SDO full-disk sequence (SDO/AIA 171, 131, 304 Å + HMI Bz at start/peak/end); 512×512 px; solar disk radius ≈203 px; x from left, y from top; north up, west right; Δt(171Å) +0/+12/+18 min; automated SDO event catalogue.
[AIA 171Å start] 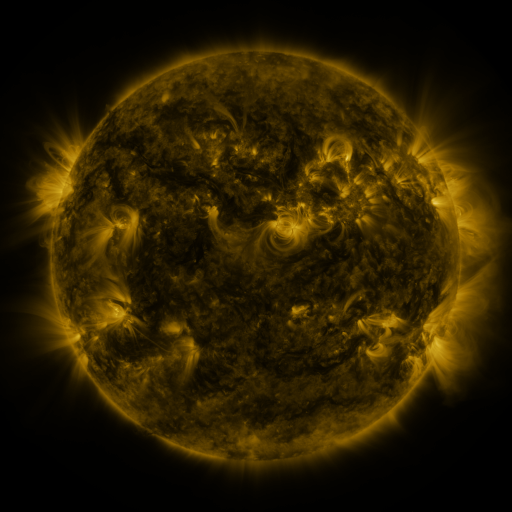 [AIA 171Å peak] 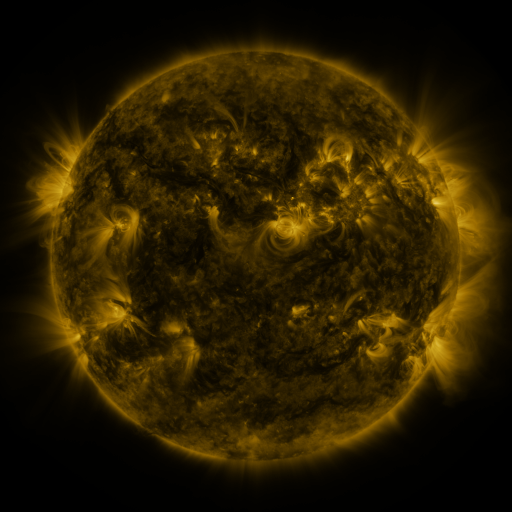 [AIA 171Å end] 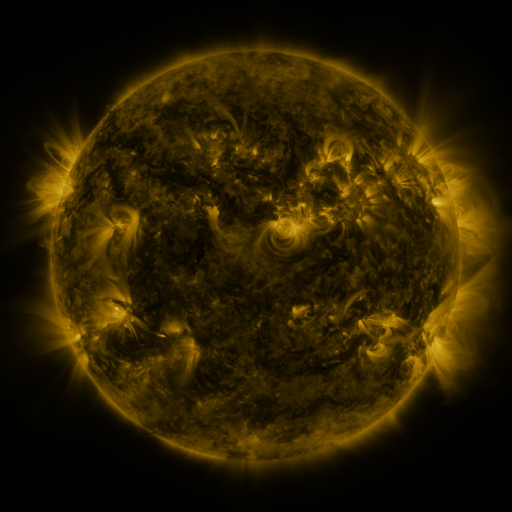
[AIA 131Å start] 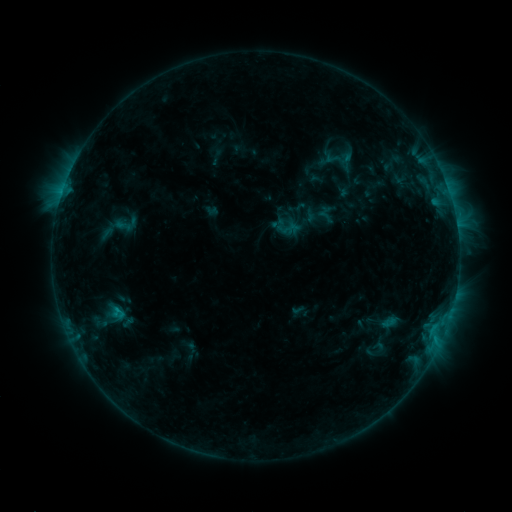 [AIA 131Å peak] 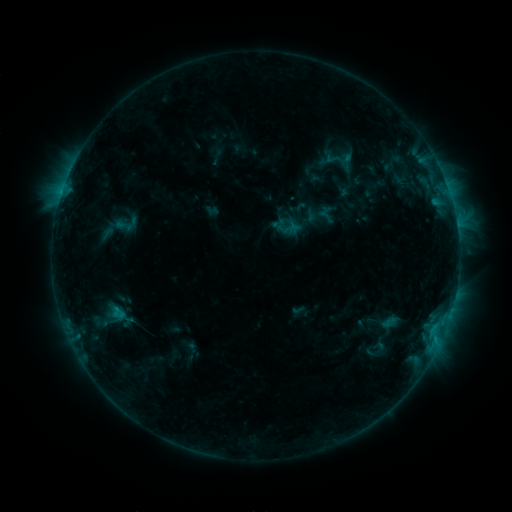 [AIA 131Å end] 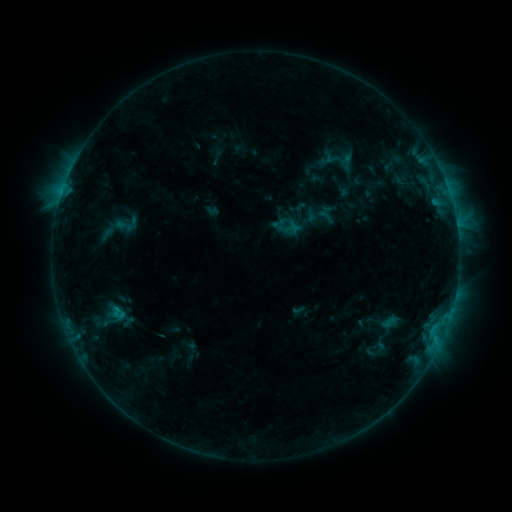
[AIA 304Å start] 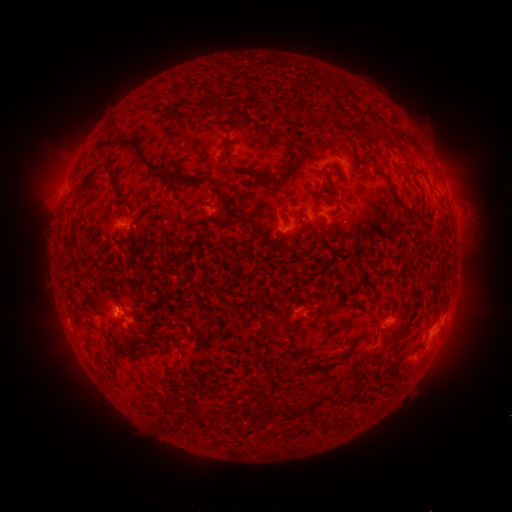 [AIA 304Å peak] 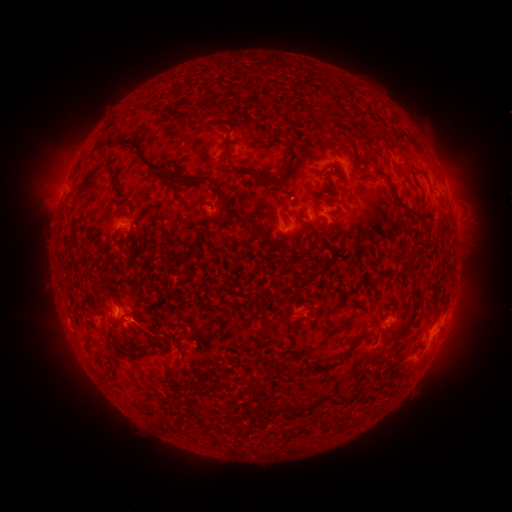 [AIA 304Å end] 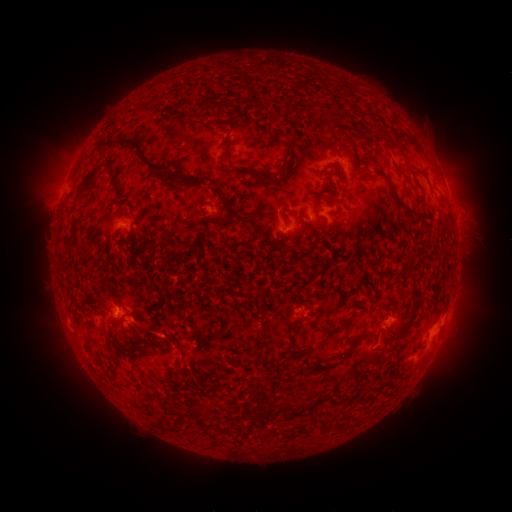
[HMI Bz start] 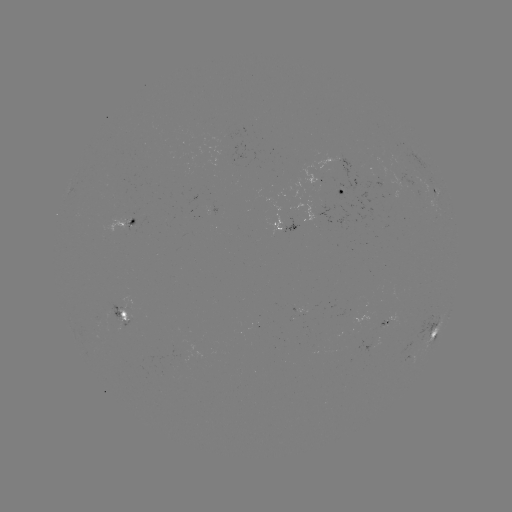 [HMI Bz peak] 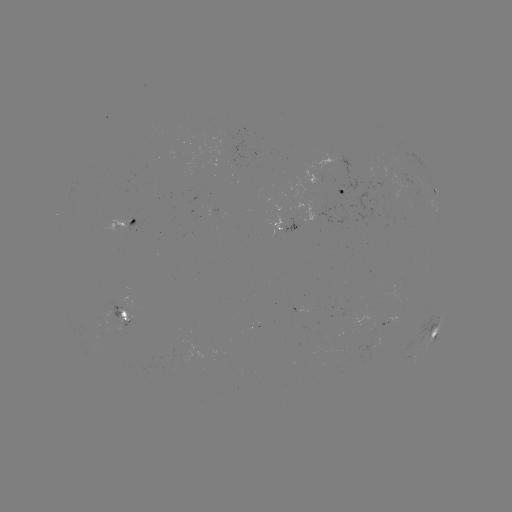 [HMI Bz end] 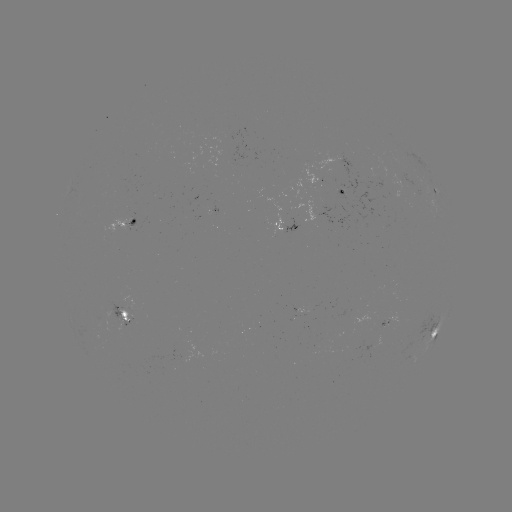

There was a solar eruption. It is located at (147, 336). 